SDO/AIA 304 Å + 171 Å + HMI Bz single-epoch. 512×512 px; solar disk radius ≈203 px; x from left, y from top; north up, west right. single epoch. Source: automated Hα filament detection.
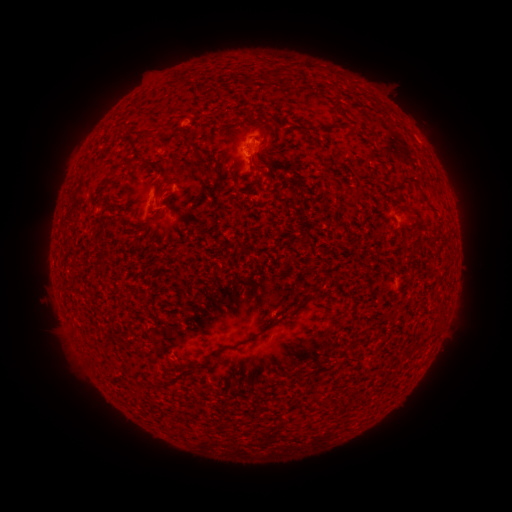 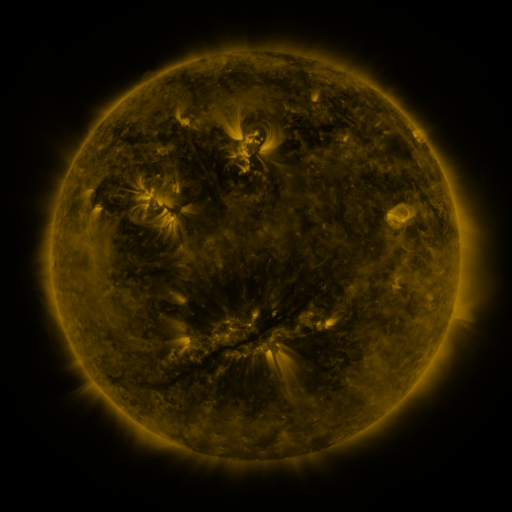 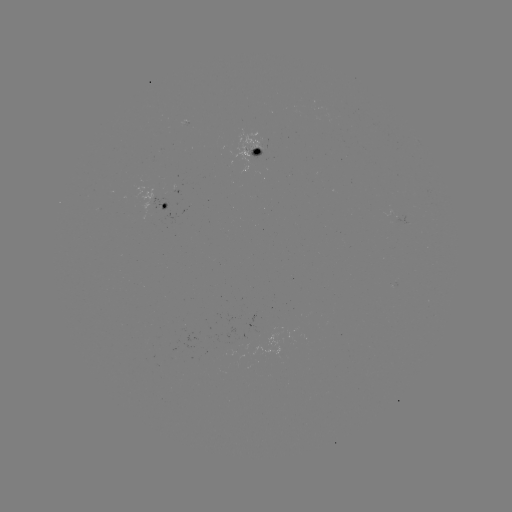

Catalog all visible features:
filament: [272, 69, 288, 82]
filament: [128, 128, 140, 135]
filament: [143, 131, 153, 141]
filament: [143, 156, 171, 184]
filament: [123, 157, 136, 166]
filament: [112, 164, 121, 176]
filament: [254, 174, 261, 184]
filament: [401, 178, 429, 206]
